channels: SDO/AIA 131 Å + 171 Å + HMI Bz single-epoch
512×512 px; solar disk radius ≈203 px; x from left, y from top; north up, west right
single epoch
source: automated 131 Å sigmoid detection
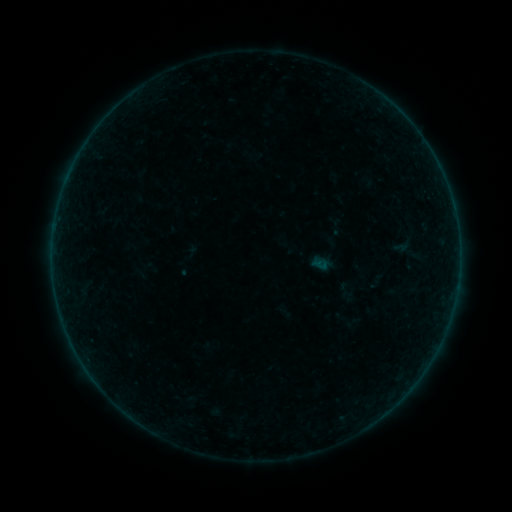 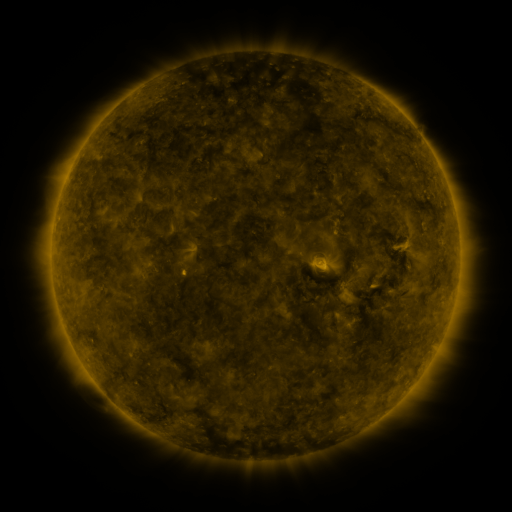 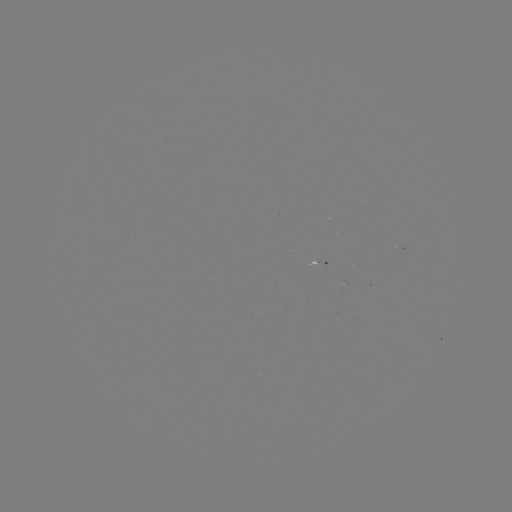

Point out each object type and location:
sigmoid: (405, 243)
